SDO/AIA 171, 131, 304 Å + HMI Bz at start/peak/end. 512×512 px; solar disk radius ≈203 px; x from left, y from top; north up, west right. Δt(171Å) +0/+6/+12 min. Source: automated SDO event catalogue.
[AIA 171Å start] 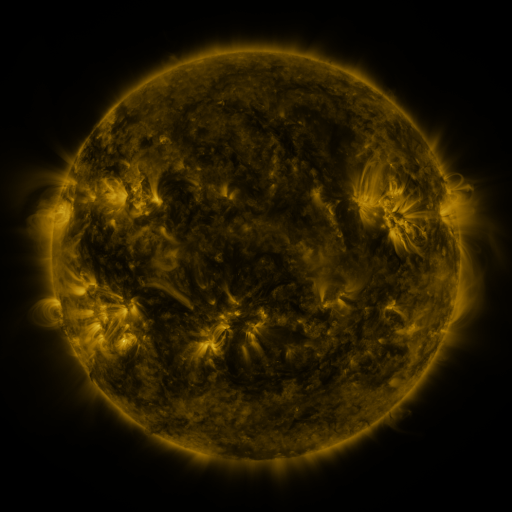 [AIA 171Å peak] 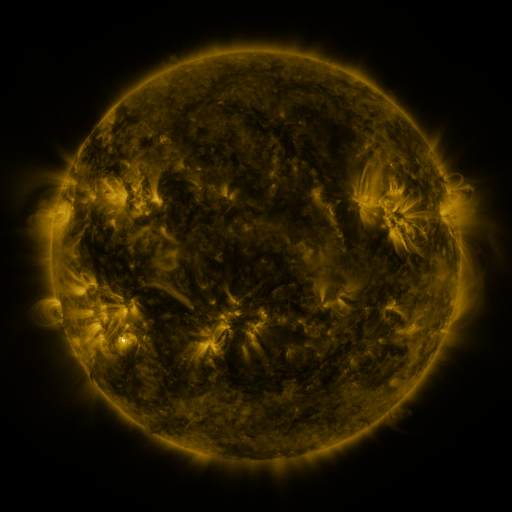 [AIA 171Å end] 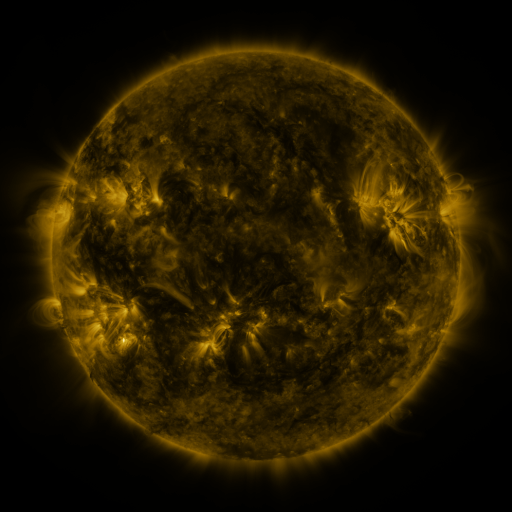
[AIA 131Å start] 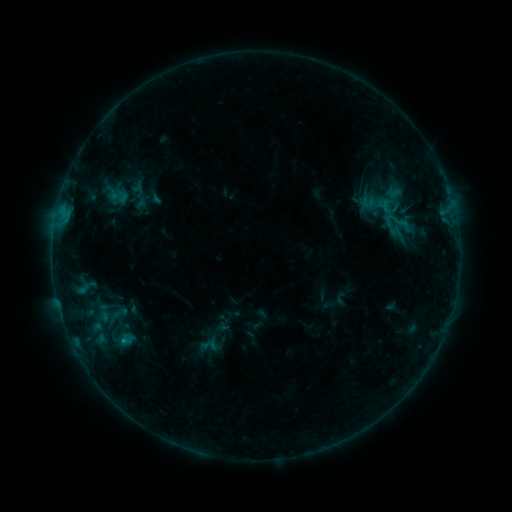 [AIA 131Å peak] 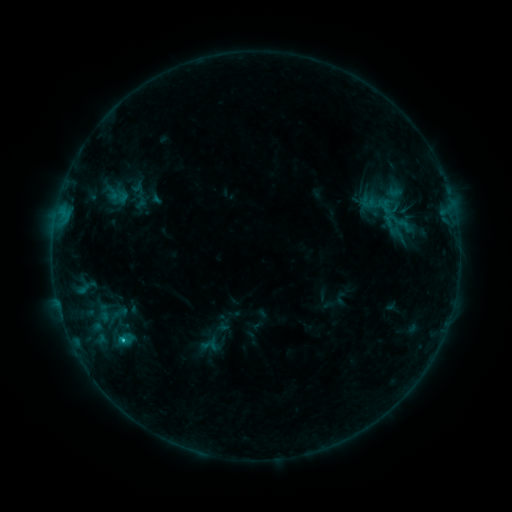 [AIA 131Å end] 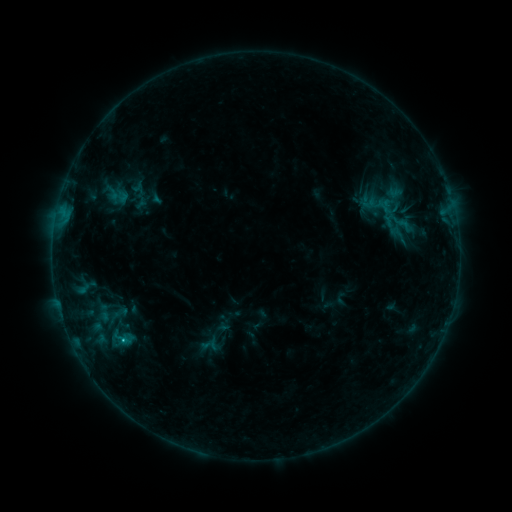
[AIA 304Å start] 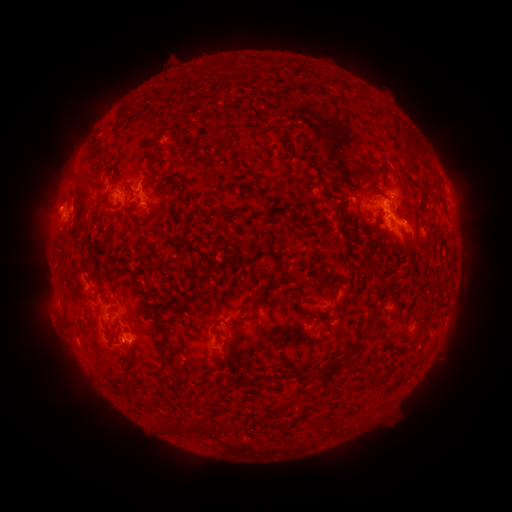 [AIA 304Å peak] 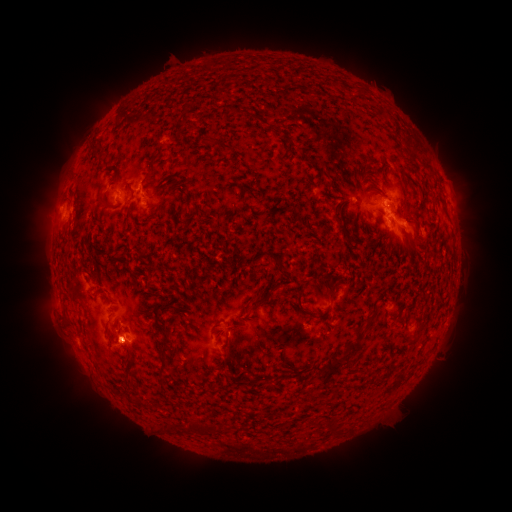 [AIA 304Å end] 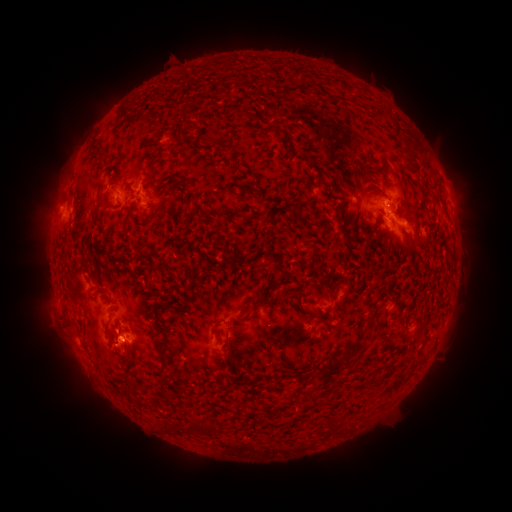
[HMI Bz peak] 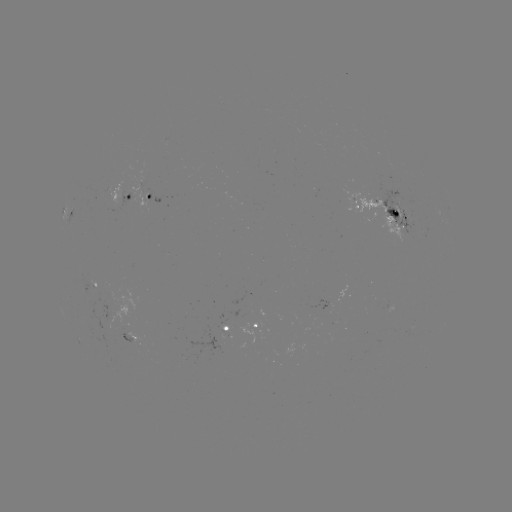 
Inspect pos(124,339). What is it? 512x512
C1.0 flare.